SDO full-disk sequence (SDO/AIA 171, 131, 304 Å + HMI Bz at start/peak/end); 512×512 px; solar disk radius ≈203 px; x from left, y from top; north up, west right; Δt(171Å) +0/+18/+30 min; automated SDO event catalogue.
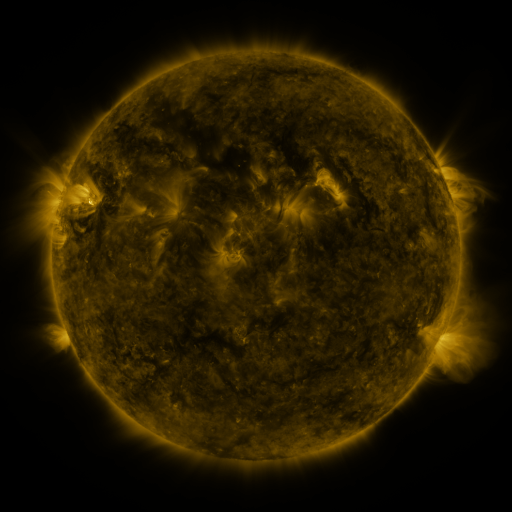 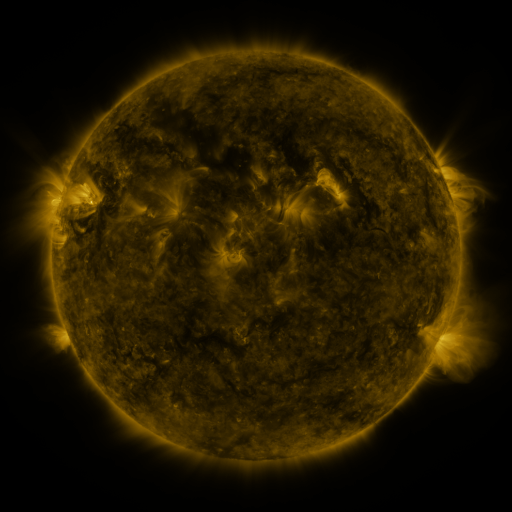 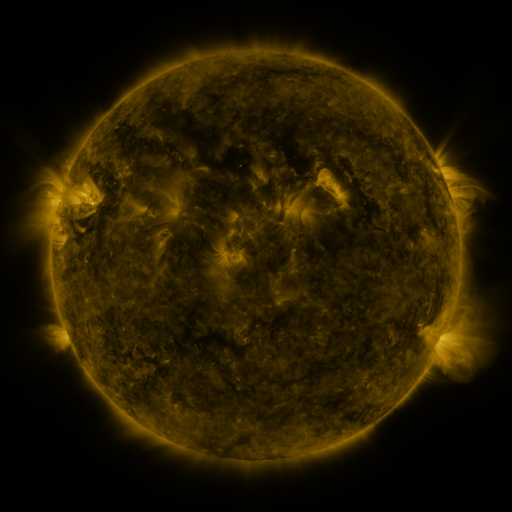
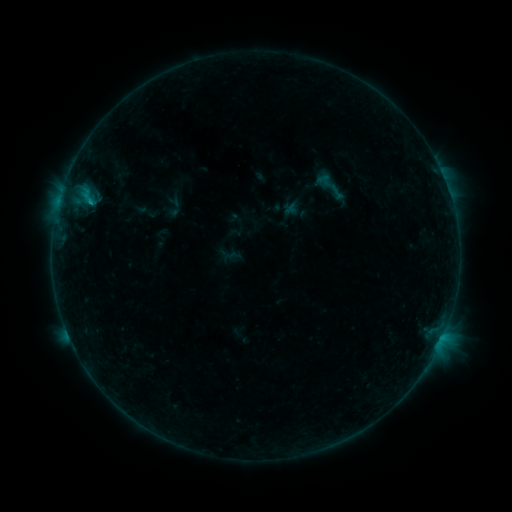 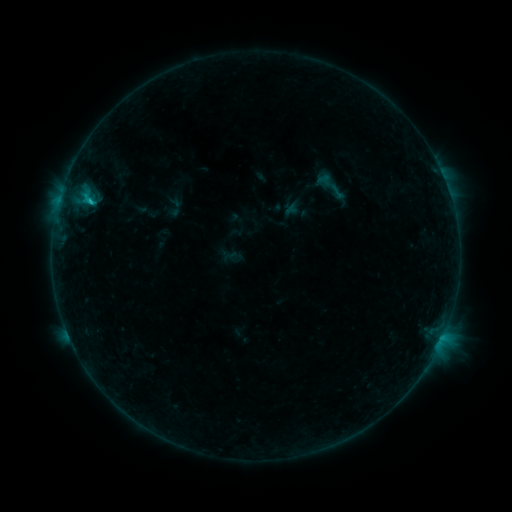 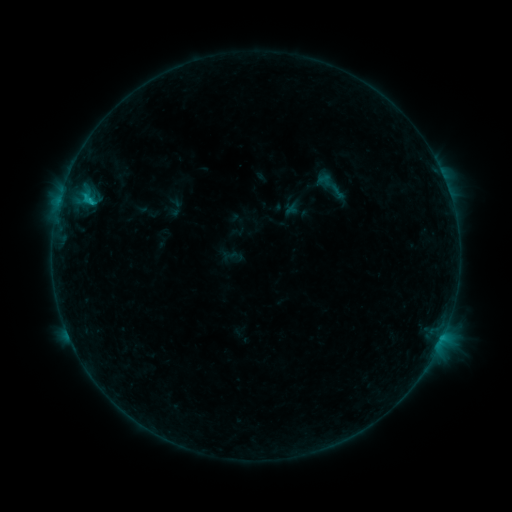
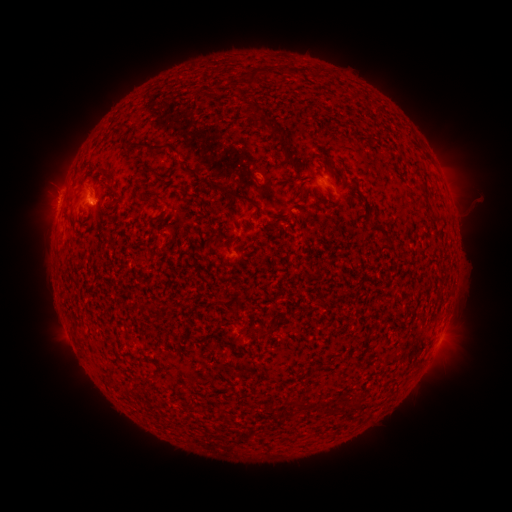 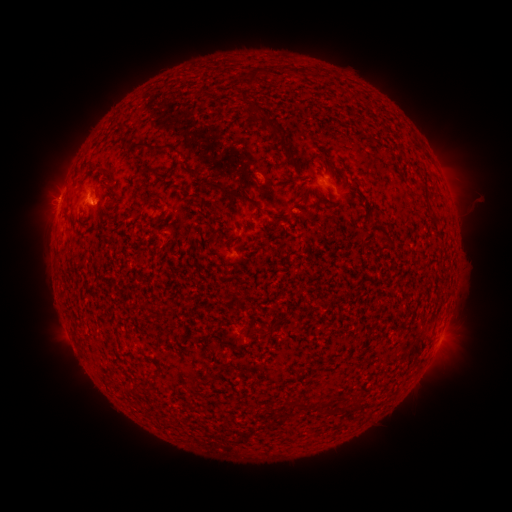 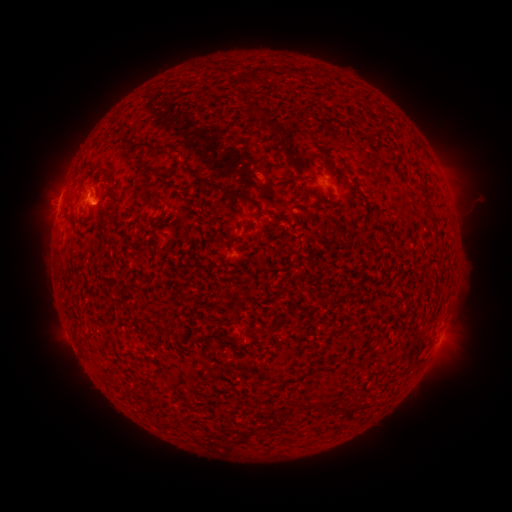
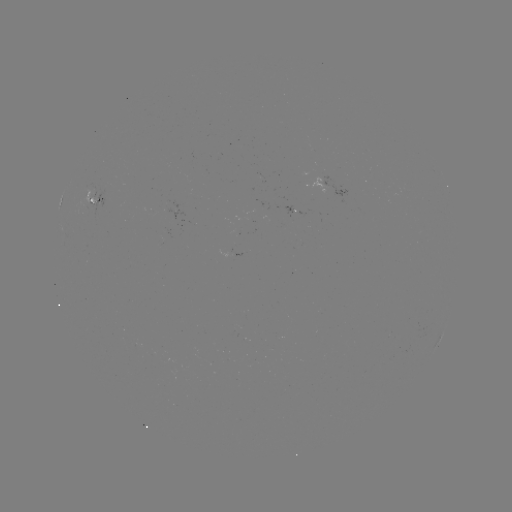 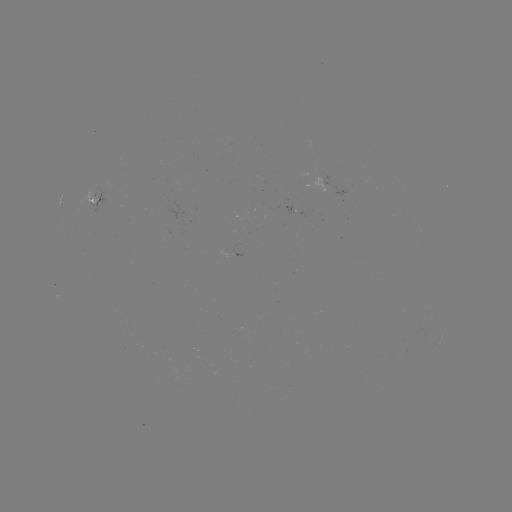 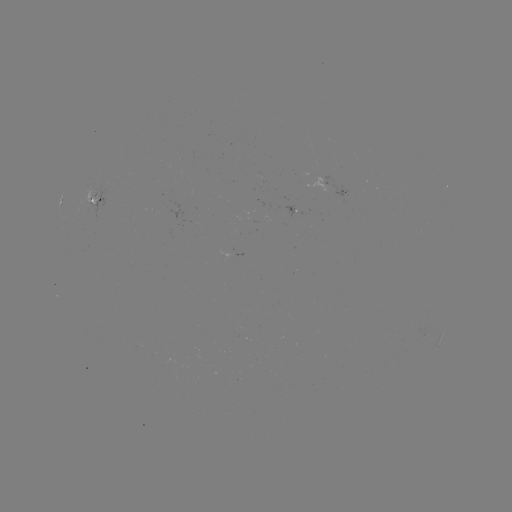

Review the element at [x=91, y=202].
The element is C1.2 flare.